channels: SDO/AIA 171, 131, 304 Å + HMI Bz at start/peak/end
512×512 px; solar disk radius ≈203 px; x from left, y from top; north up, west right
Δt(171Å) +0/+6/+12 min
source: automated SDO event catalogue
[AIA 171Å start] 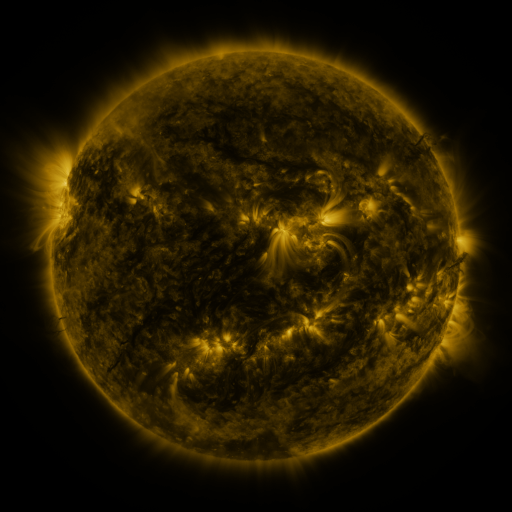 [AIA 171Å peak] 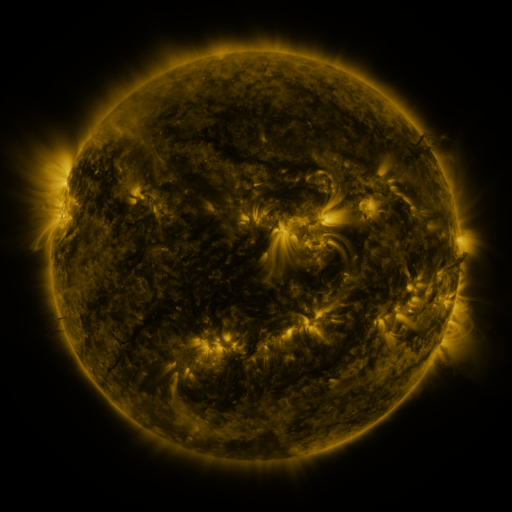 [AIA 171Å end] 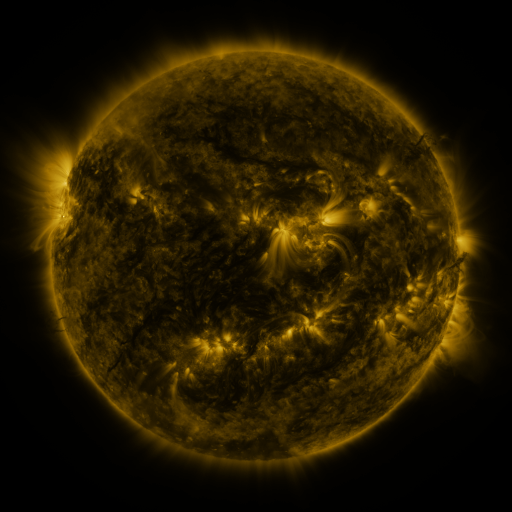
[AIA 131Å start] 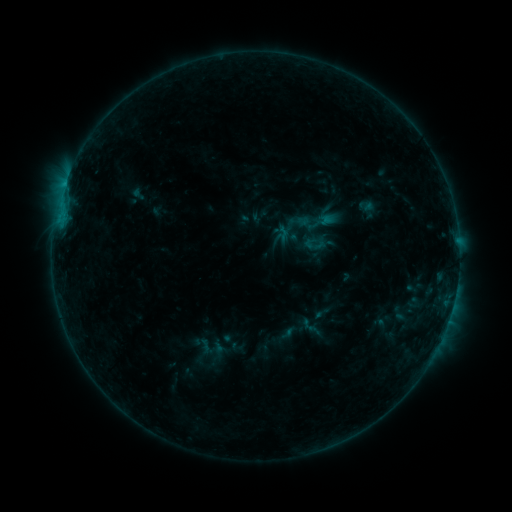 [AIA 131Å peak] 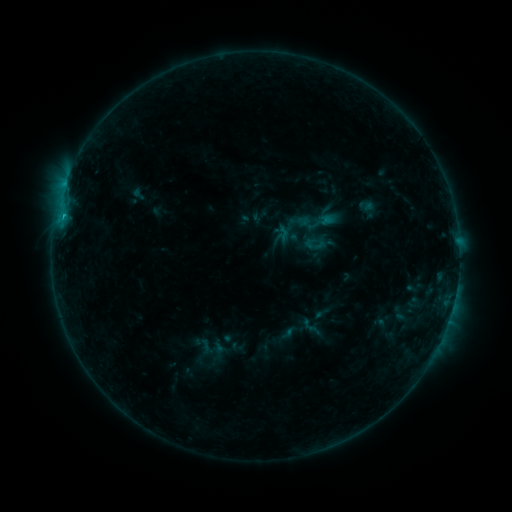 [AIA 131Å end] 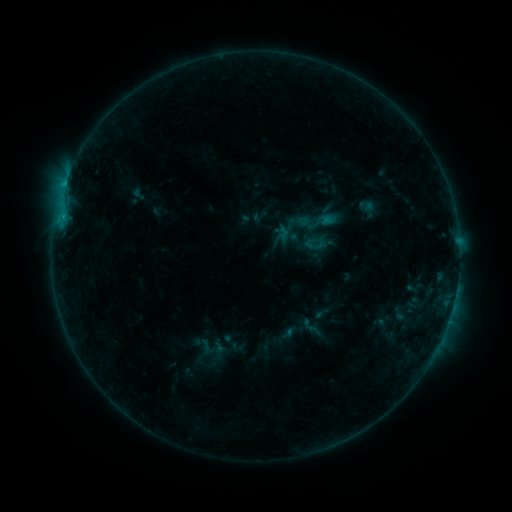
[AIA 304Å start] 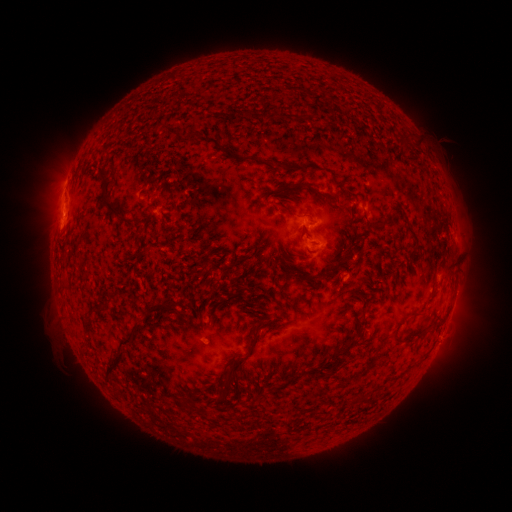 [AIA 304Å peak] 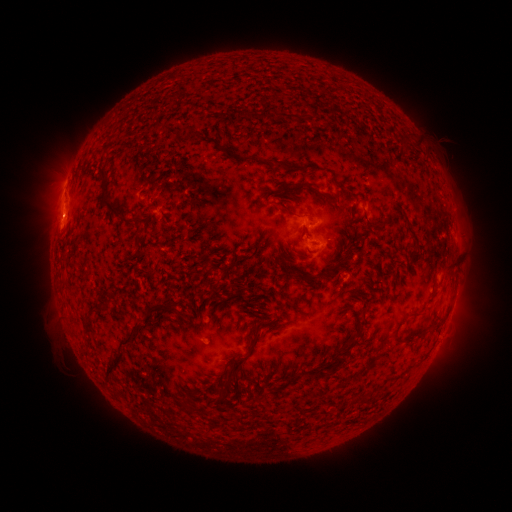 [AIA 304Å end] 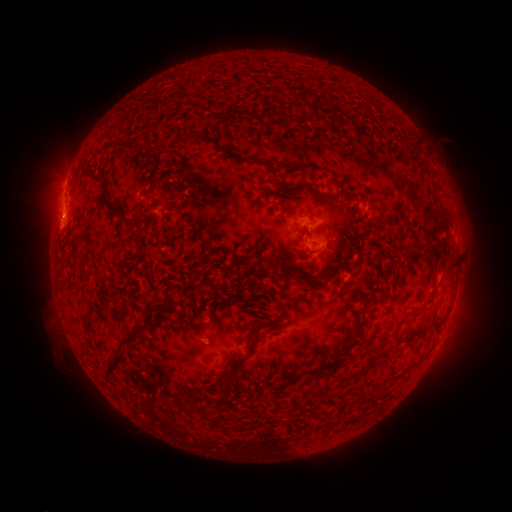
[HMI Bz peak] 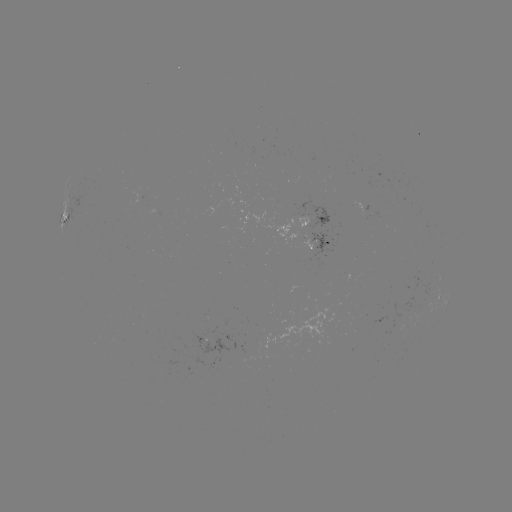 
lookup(B5.2 flare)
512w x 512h (64, 219)